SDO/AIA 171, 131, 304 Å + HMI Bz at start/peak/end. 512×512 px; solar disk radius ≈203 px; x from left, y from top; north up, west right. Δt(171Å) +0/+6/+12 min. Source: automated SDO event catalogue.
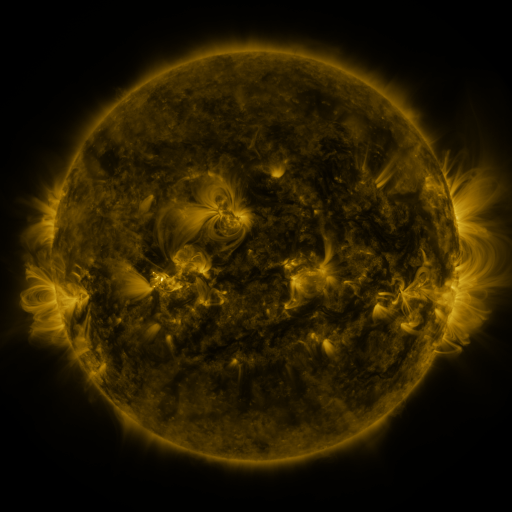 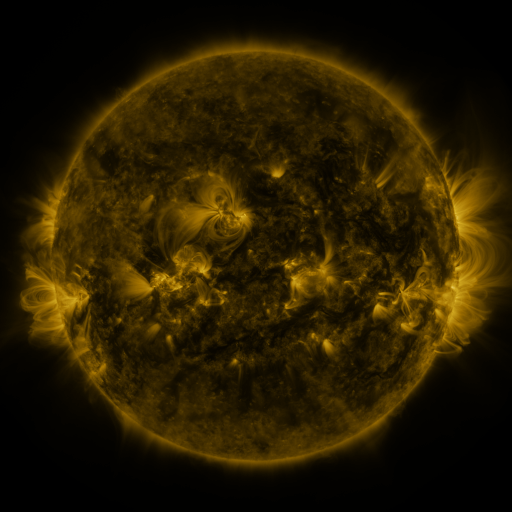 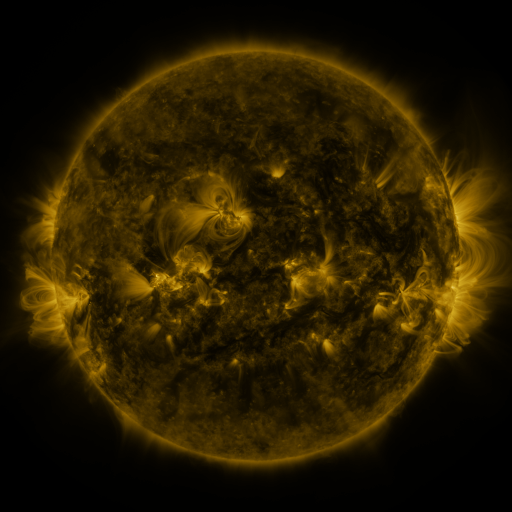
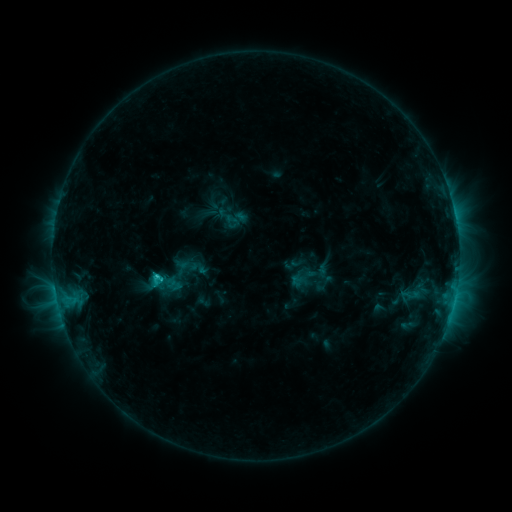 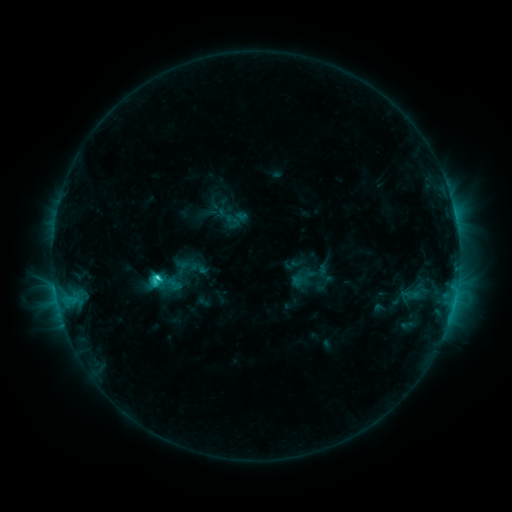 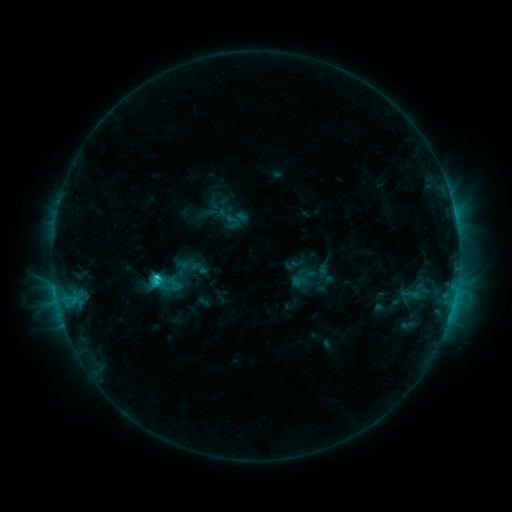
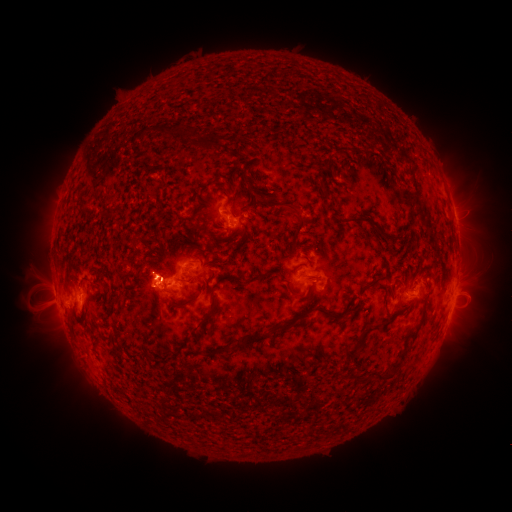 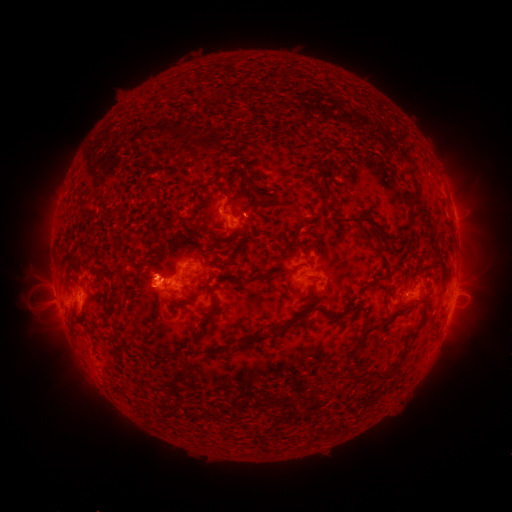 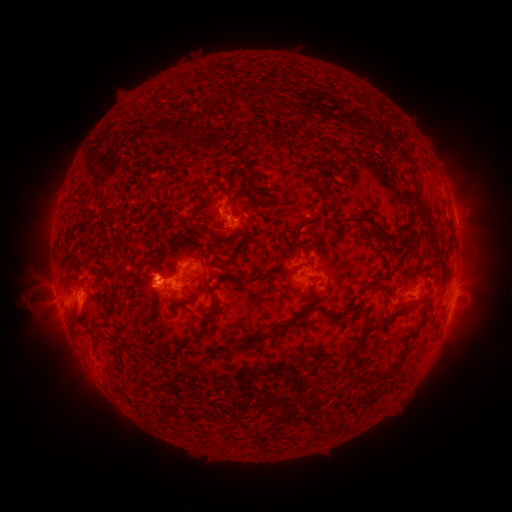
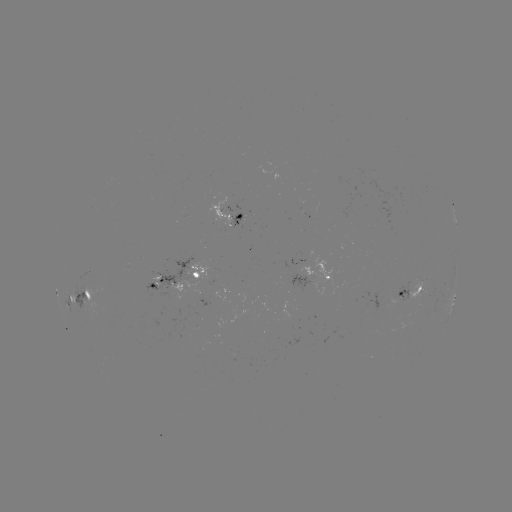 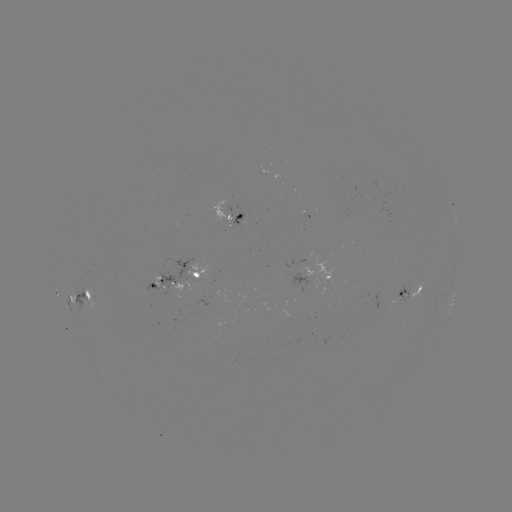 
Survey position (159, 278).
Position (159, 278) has C3.0 flare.